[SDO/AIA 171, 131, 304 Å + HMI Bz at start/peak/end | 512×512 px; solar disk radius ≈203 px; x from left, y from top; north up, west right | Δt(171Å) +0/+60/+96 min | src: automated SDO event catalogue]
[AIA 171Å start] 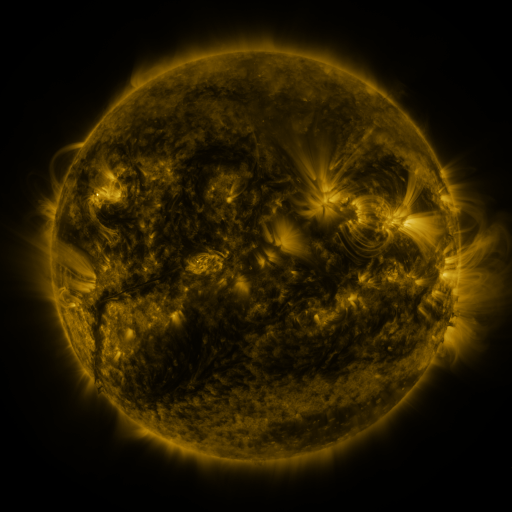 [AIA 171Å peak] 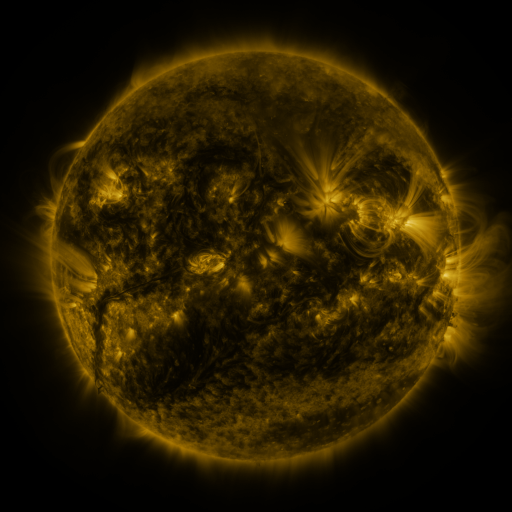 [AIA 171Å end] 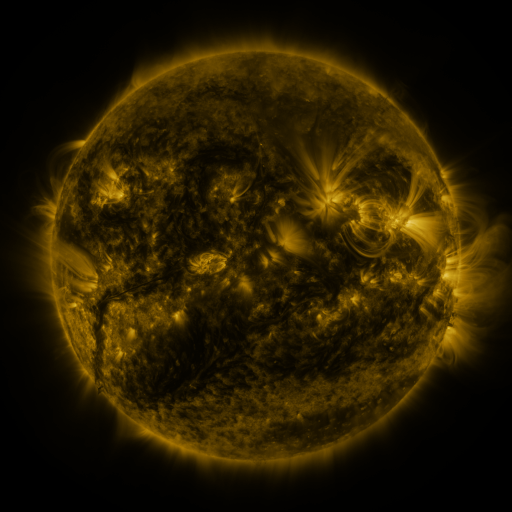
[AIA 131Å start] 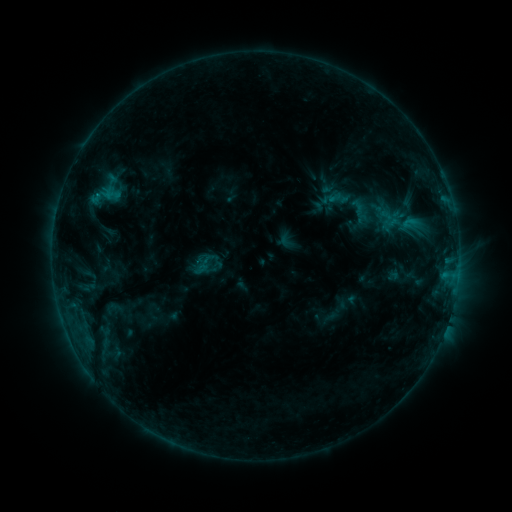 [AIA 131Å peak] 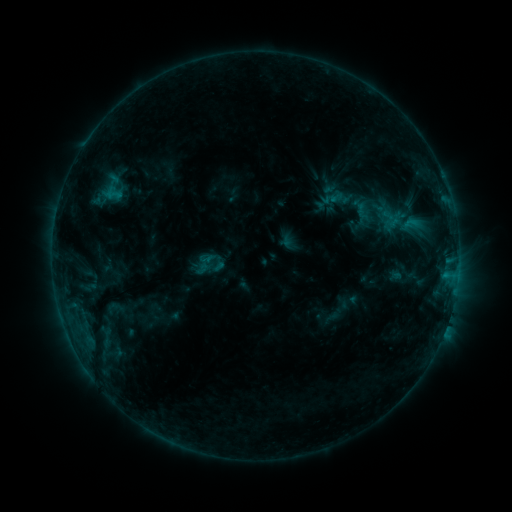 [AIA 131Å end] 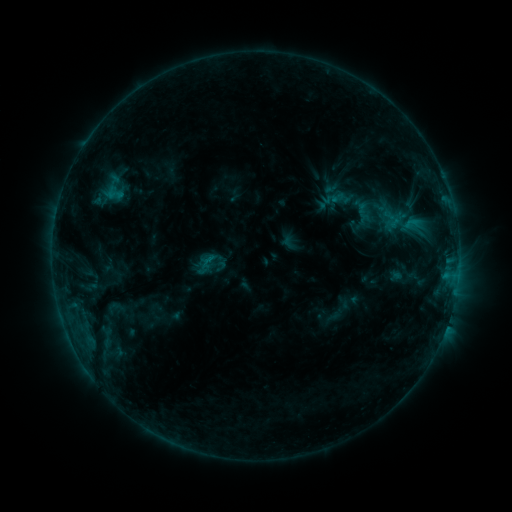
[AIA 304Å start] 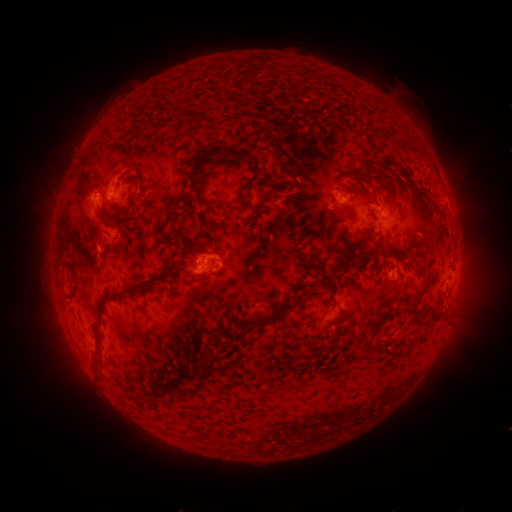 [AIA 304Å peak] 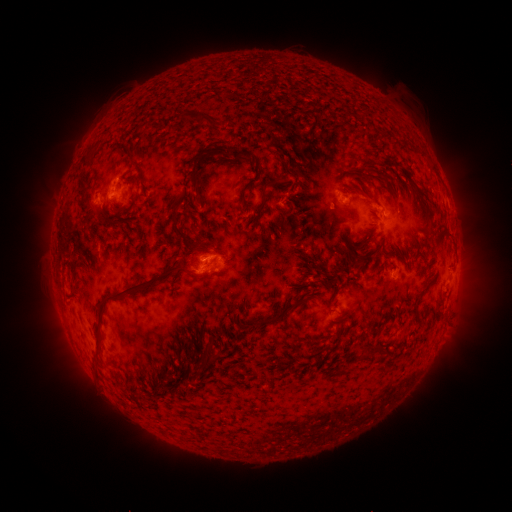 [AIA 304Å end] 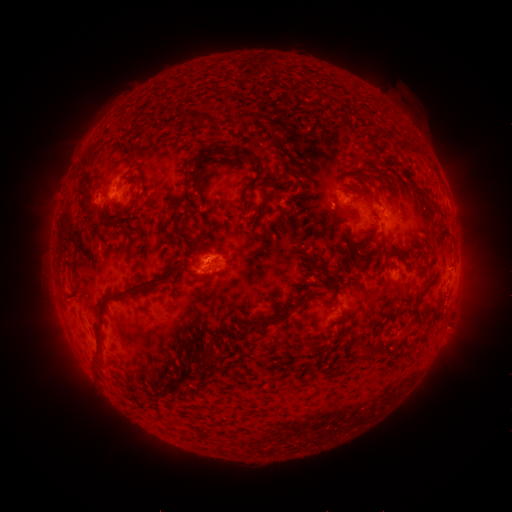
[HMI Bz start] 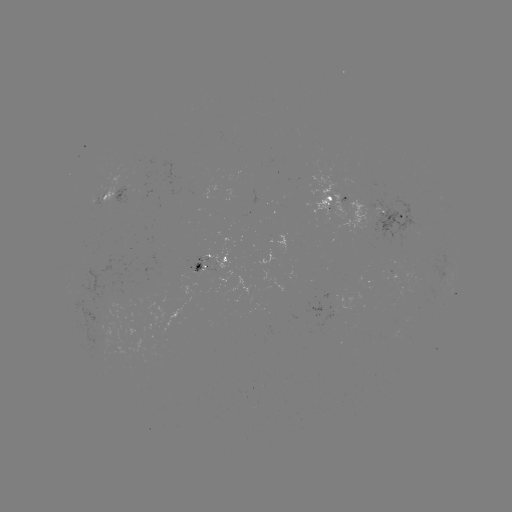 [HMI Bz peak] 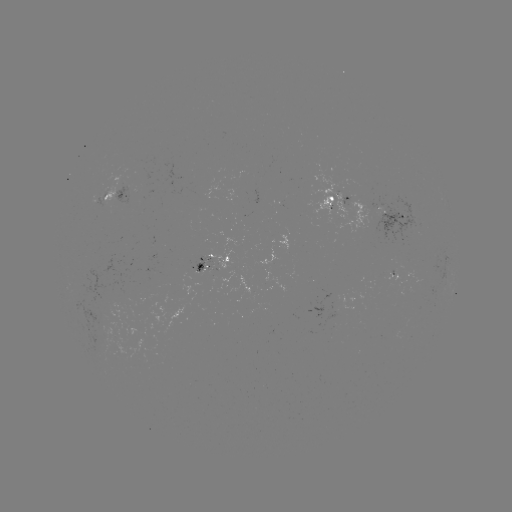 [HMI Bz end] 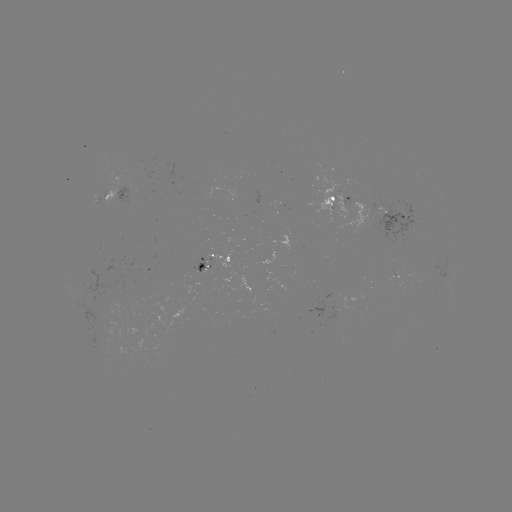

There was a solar emerging-flux region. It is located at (348, 198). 